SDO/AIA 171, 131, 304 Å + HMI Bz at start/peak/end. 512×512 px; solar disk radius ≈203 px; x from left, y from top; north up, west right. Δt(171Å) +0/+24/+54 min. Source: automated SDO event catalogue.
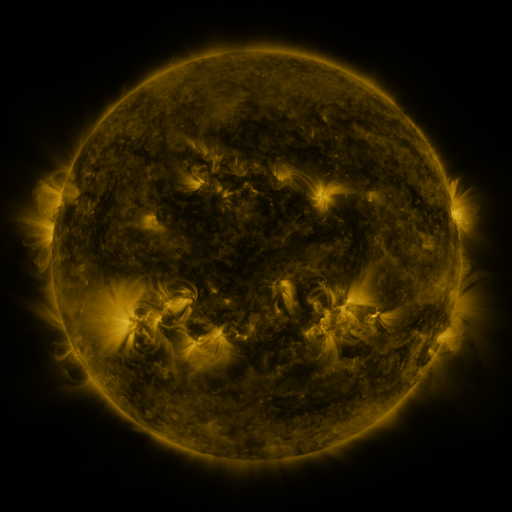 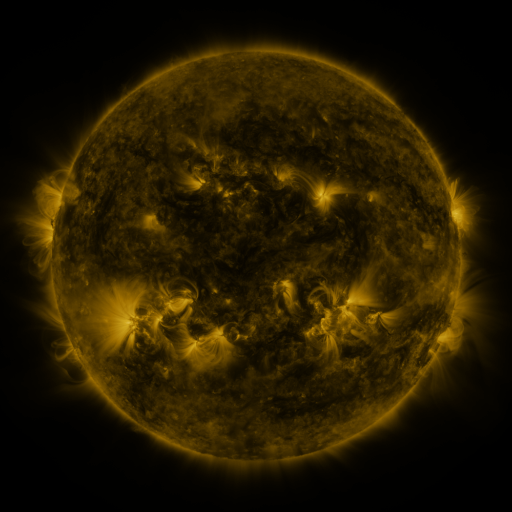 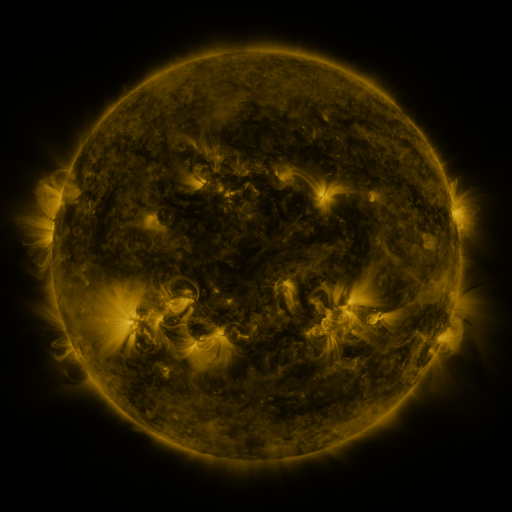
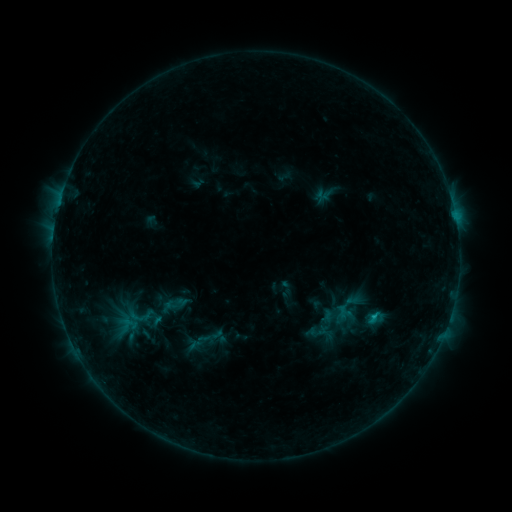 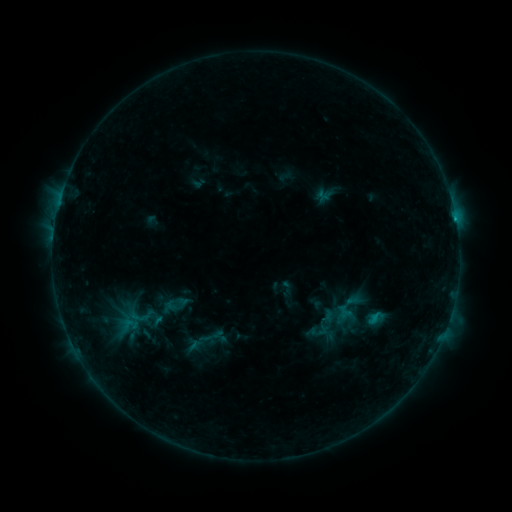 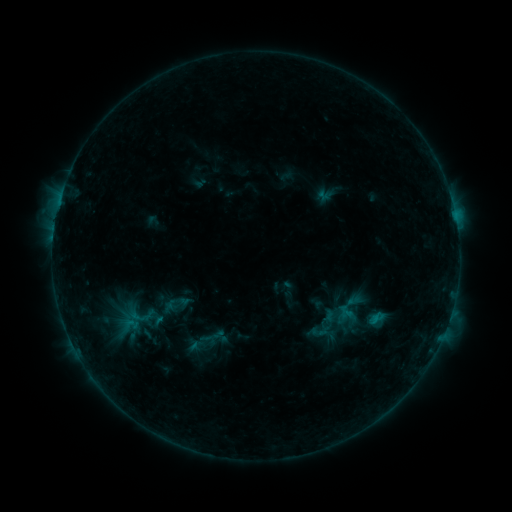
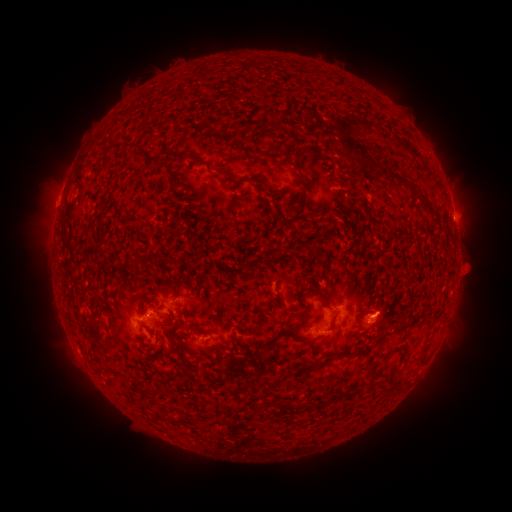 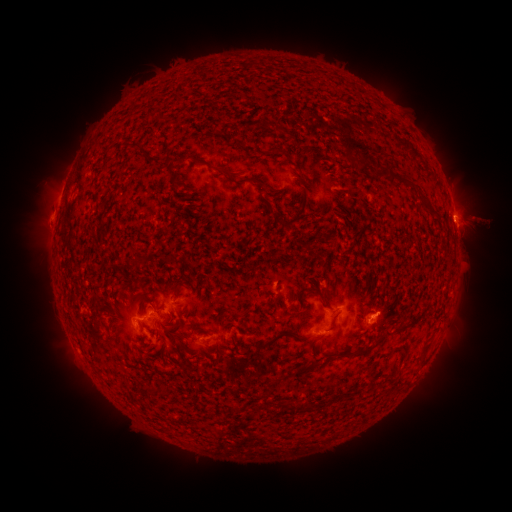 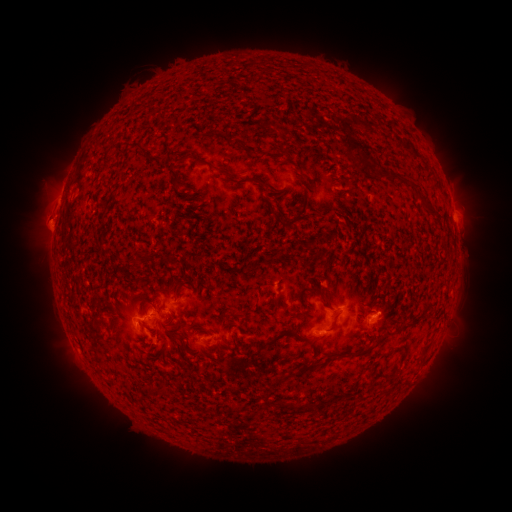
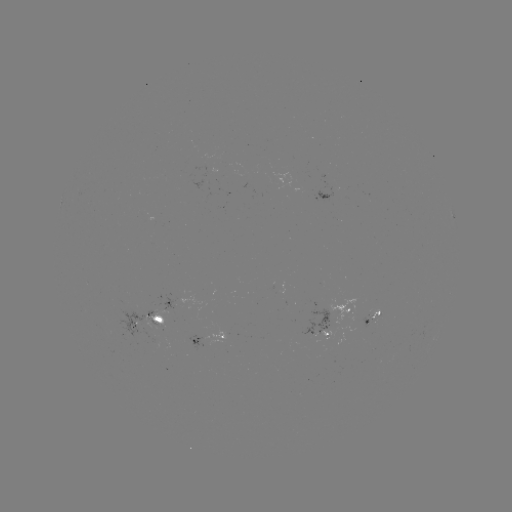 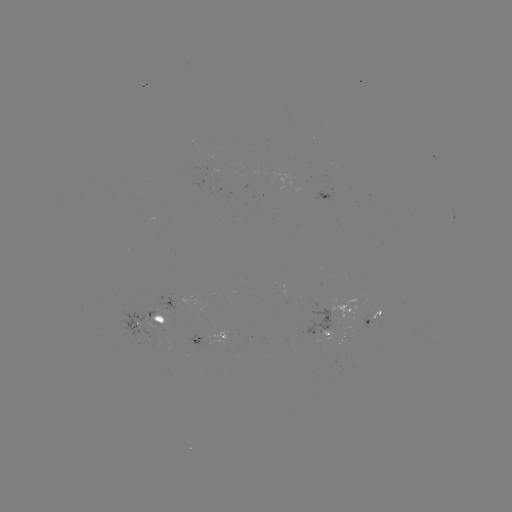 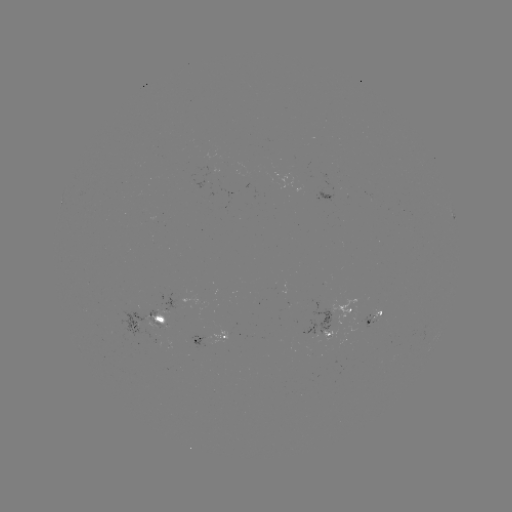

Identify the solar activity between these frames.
eruption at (49, 218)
